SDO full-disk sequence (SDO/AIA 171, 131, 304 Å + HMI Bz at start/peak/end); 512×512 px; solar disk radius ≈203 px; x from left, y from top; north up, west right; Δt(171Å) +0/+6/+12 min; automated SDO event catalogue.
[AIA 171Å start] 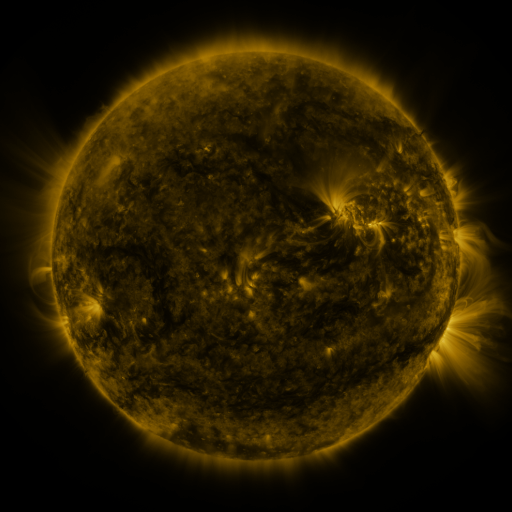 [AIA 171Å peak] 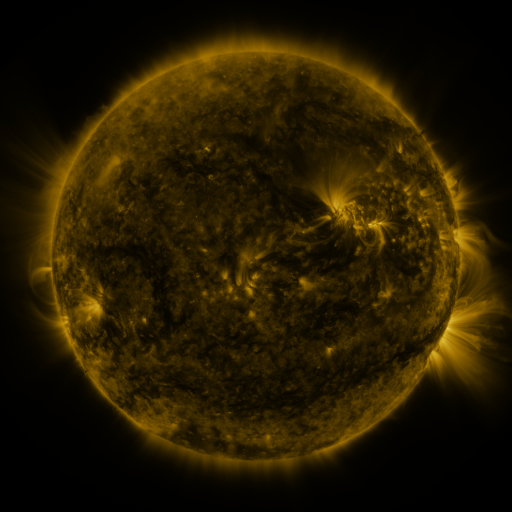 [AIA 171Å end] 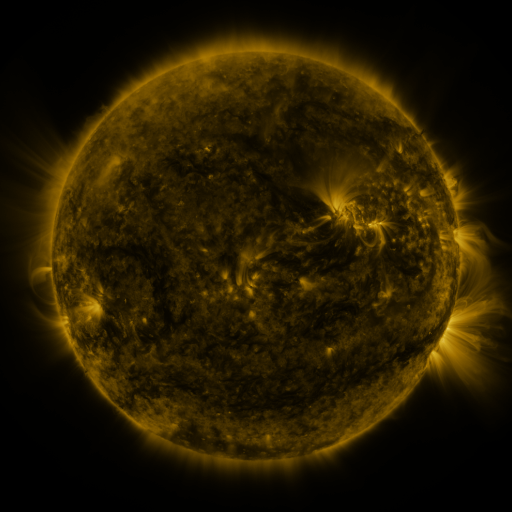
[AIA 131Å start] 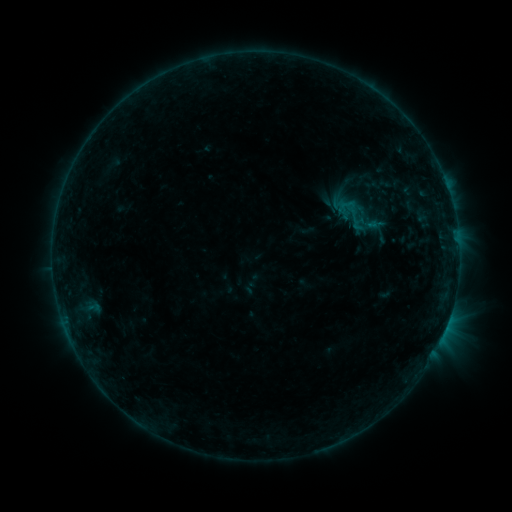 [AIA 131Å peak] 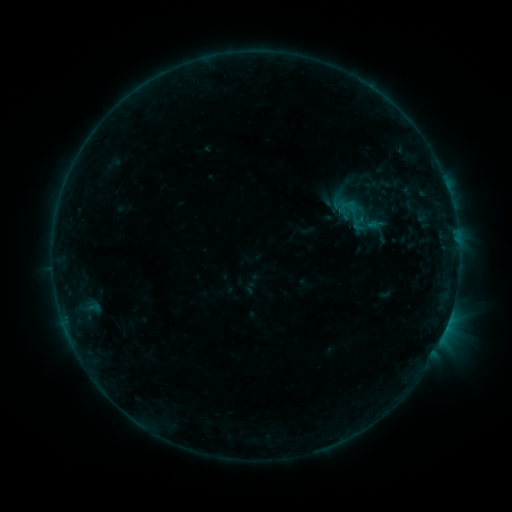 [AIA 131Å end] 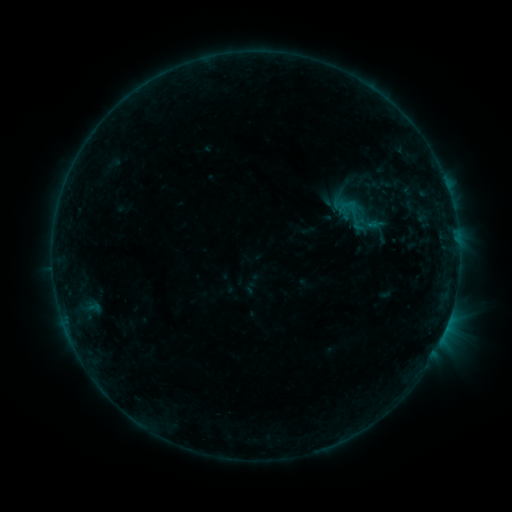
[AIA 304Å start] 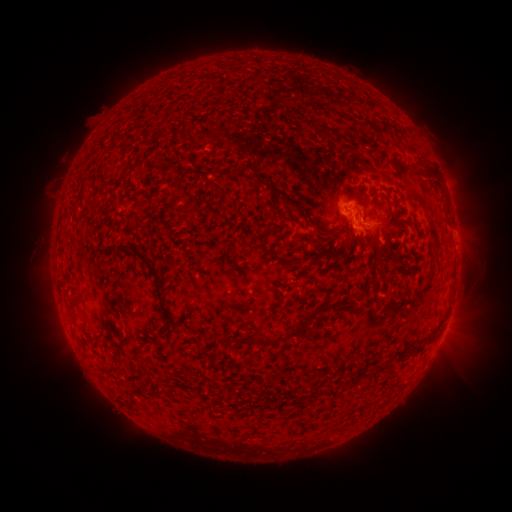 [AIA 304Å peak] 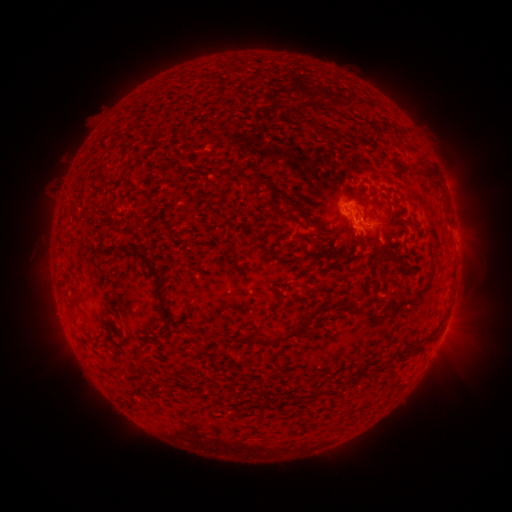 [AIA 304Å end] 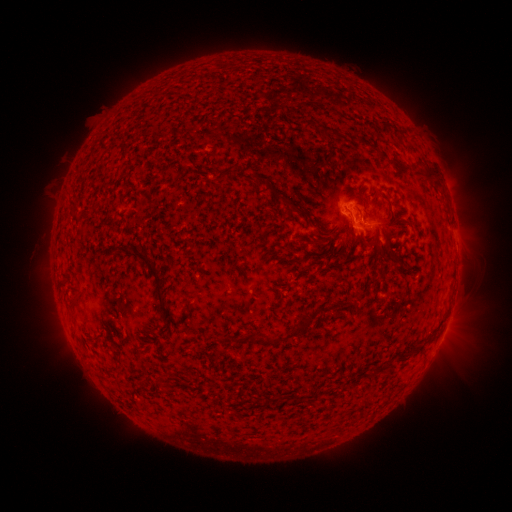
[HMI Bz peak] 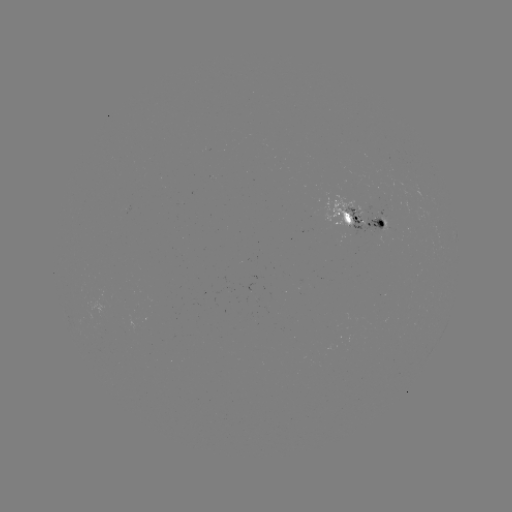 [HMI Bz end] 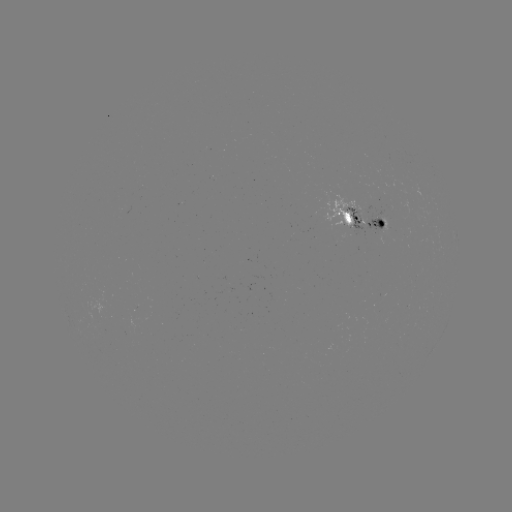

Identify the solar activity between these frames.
no flare in any classed list; no EUV-trigger detection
